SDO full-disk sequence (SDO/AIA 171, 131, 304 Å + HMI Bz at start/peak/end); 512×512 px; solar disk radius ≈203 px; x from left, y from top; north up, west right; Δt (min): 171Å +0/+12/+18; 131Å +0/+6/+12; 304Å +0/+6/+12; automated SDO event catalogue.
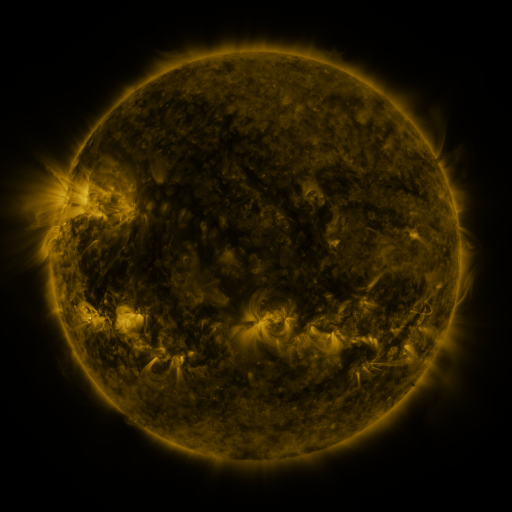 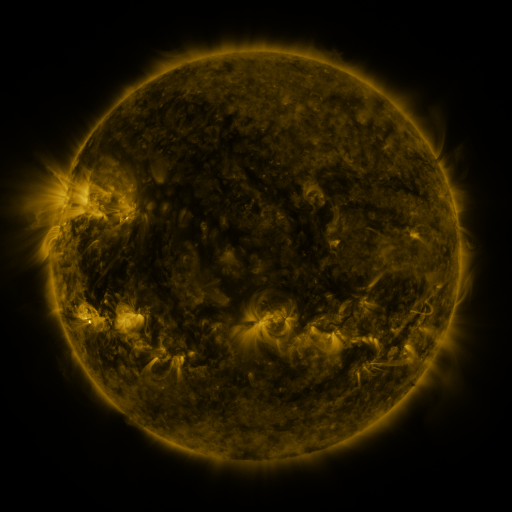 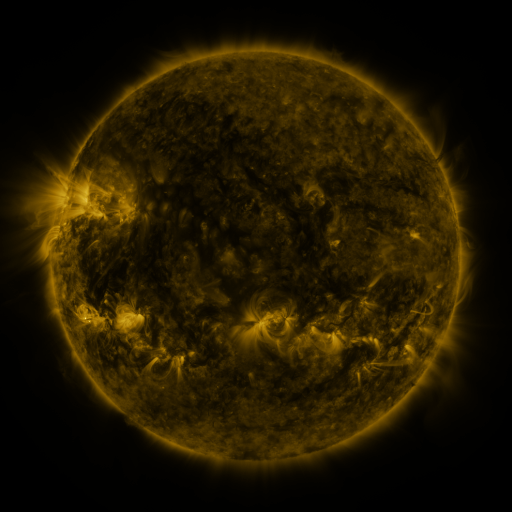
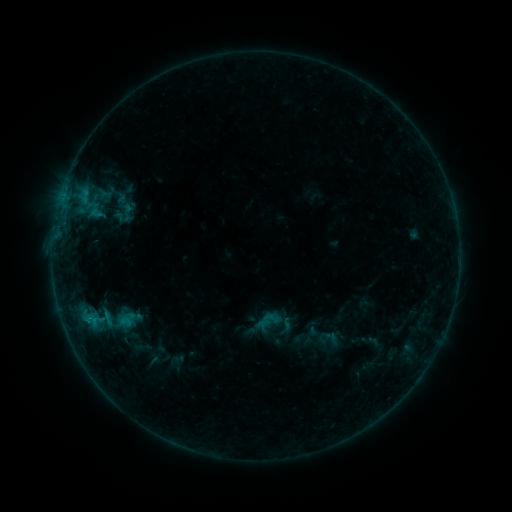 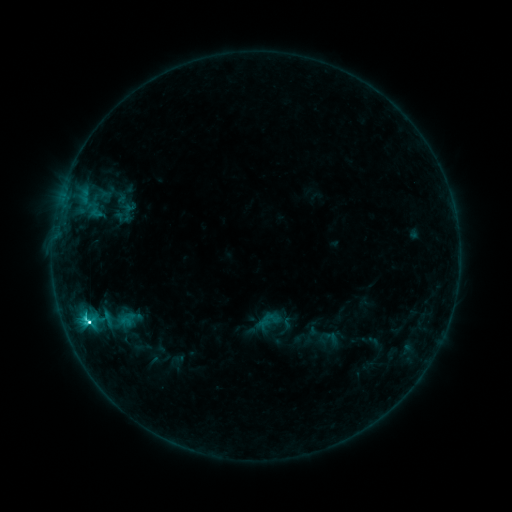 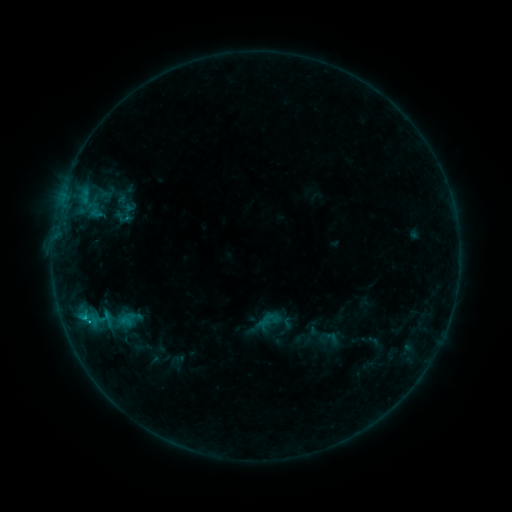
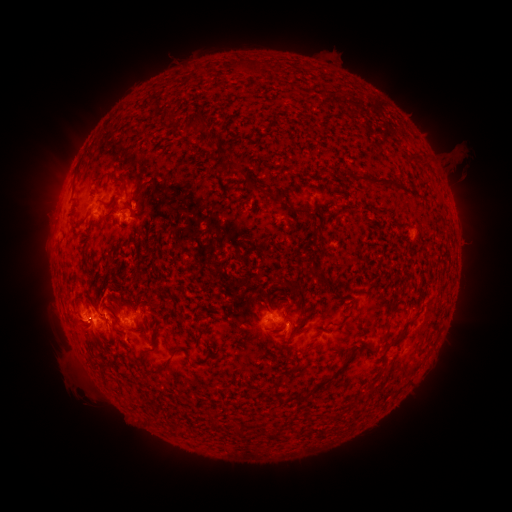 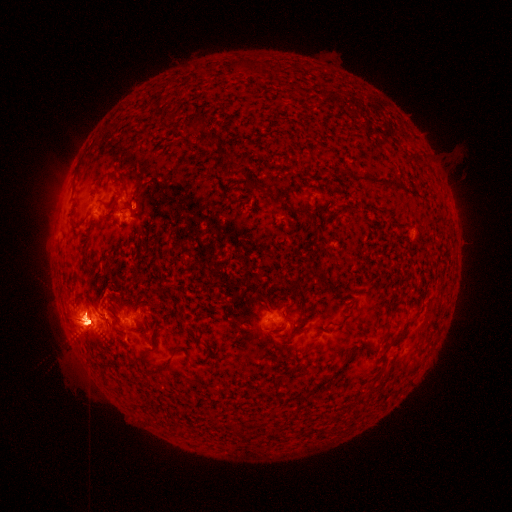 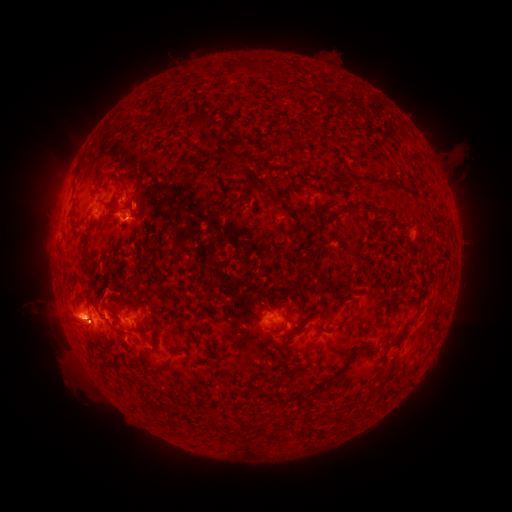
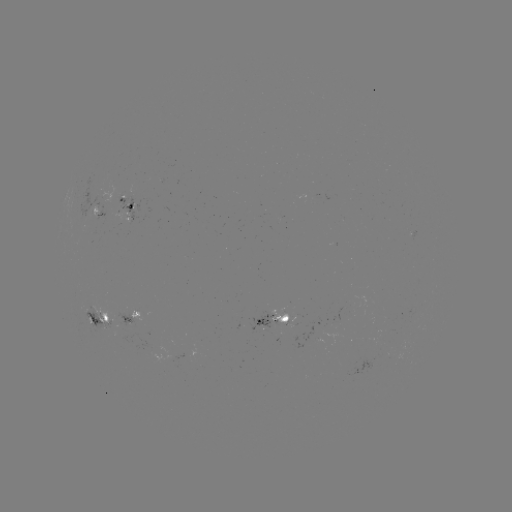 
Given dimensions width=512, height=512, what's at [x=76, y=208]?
eruption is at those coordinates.